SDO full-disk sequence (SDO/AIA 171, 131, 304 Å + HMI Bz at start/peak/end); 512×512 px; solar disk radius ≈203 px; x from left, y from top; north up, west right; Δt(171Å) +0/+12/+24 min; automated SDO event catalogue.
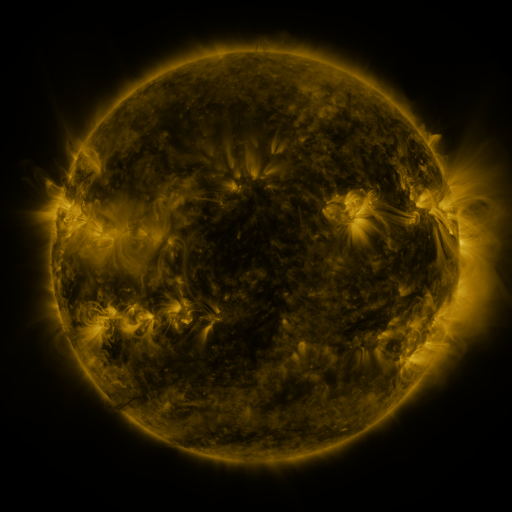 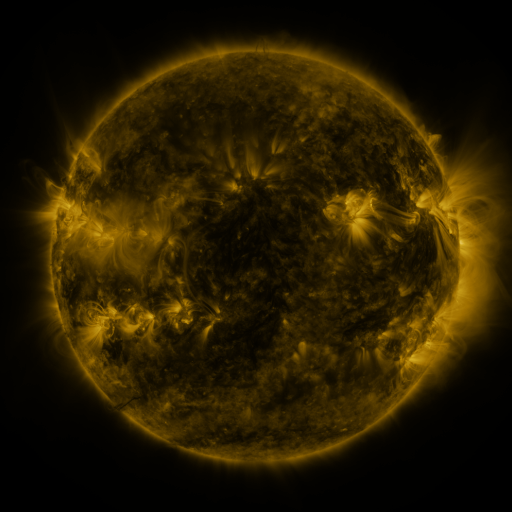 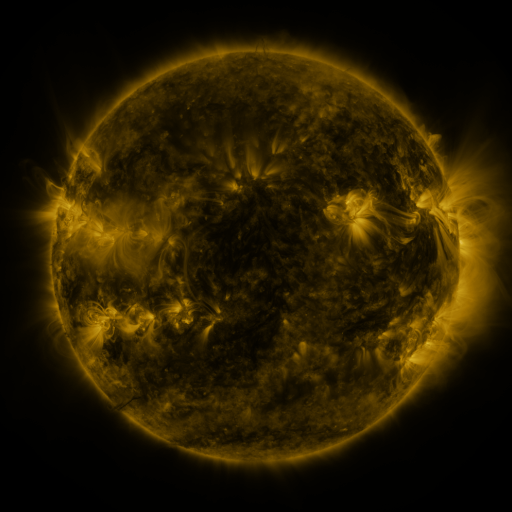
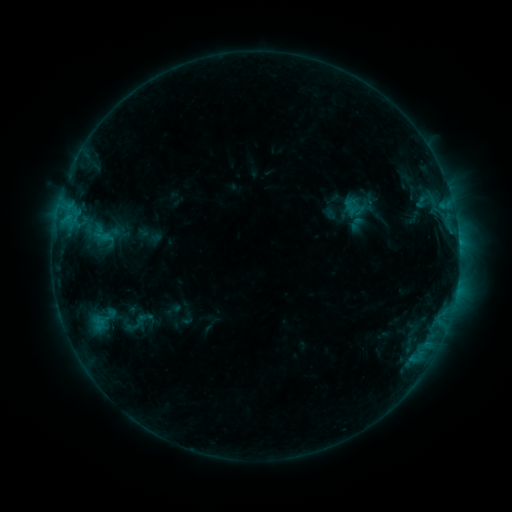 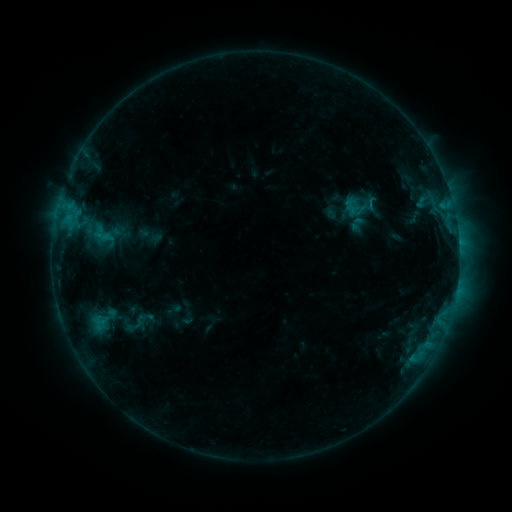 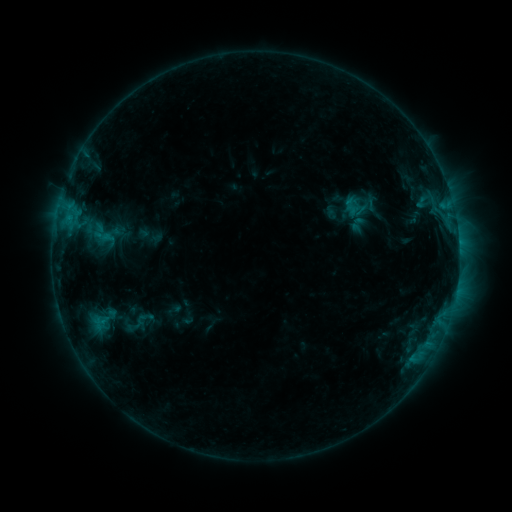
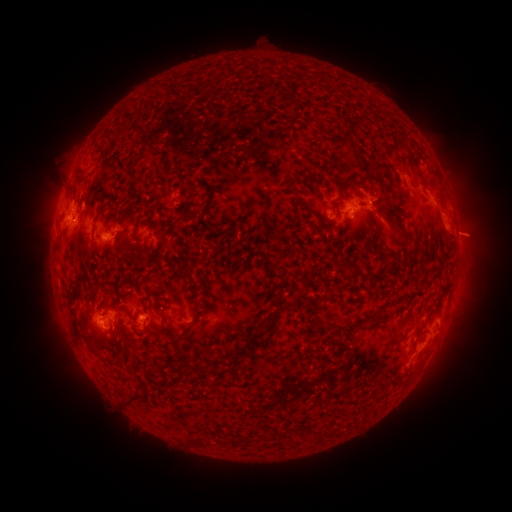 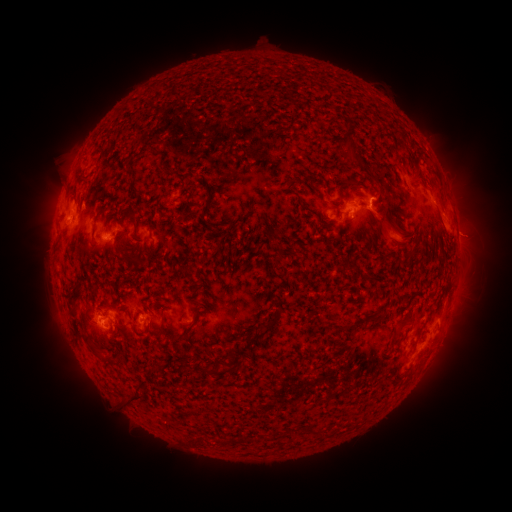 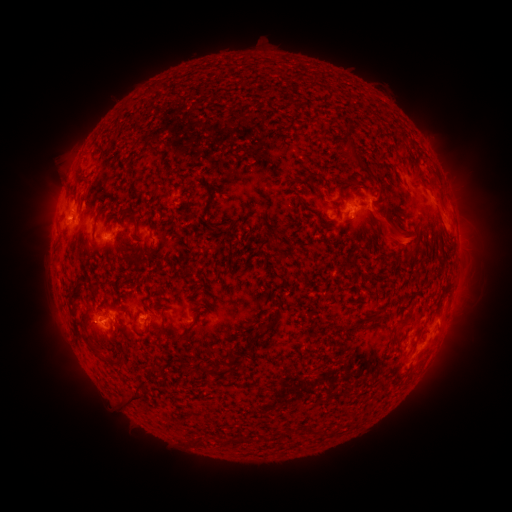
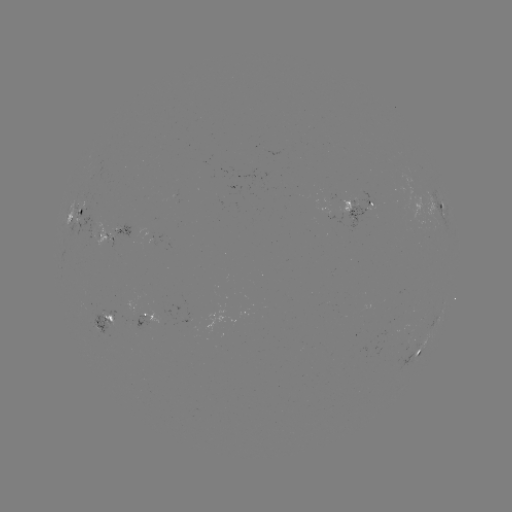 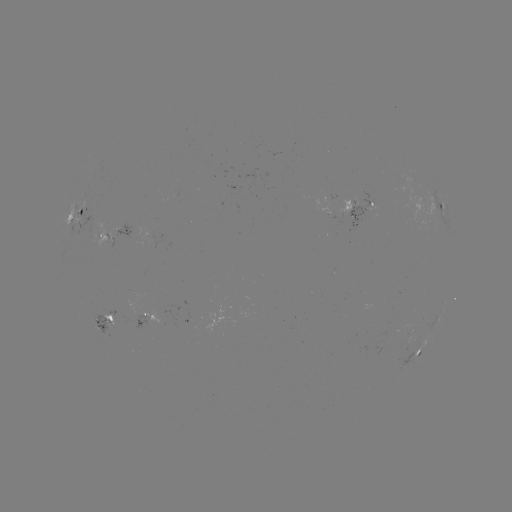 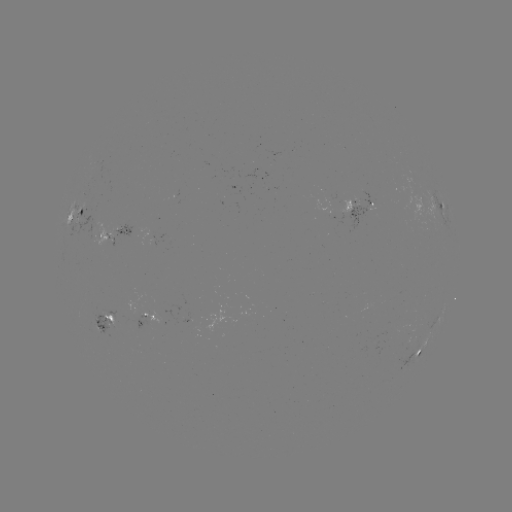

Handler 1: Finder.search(eruption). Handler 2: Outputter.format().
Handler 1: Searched eruption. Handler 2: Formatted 392,232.